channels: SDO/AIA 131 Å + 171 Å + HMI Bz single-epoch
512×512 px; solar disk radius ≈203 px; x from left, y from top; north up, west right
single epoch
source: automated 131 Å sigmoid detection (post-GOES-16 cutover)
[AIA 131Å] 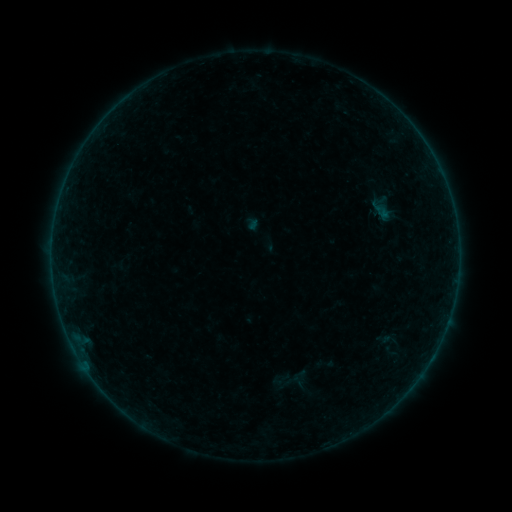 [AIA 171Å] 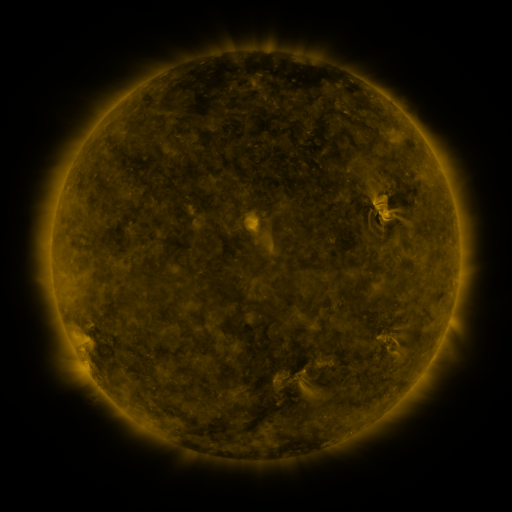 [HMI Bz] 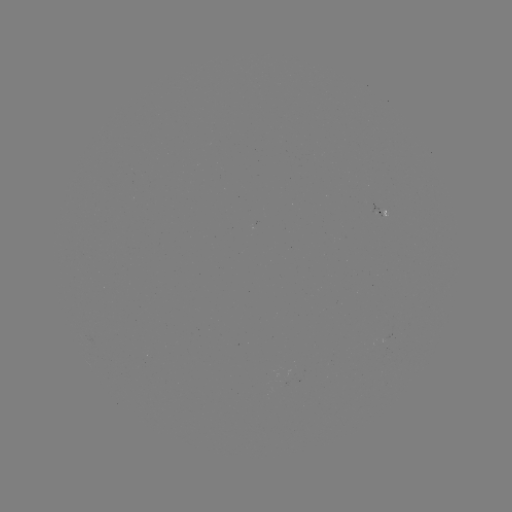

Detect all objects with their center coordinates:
sigmoid: <bbox>370, 201, 397, 221</bbox>
sigmoid: <bbox>381, 331, 397, 348</bbox>
